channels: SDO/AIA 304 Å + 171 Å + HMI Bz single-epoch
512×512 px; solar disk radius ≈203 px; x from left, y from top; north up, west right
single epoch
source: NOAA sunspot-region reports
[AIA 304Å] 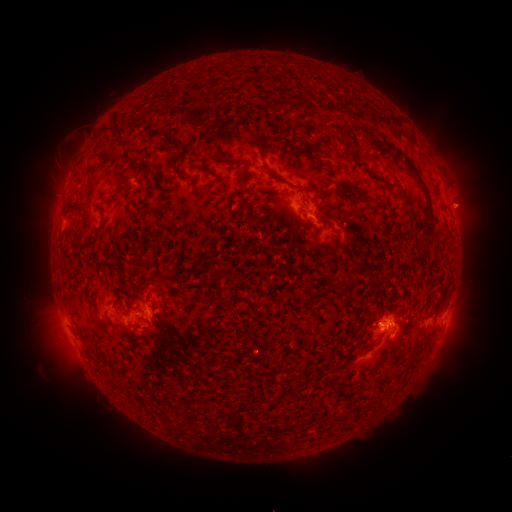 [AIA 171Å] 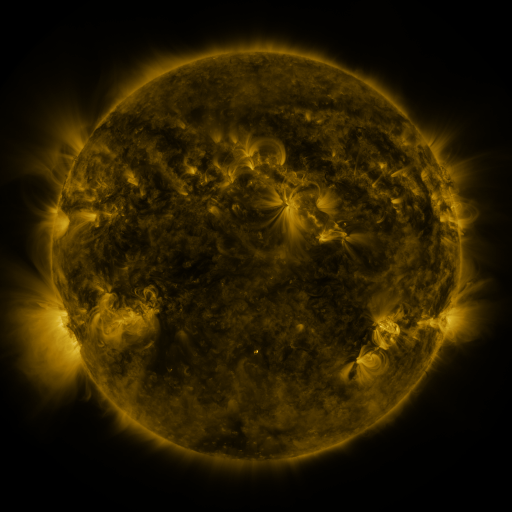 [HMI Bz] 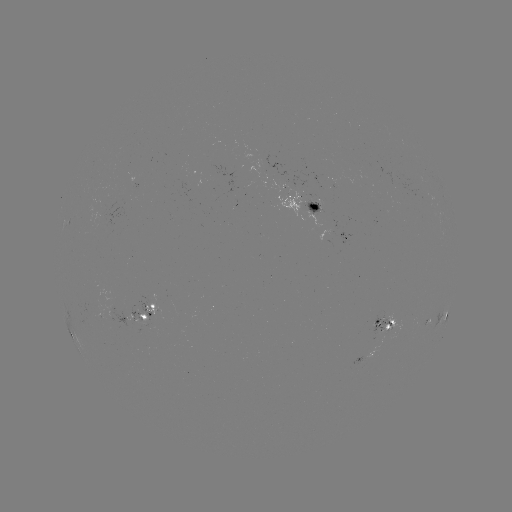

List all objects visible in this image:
spotted active region: (304, 202)
spotted active region: (345, 234)
spotted active region: (138, 309)
spotted active region: (446, 317)
spotted active region: (408, 324)
spotted active region: (382, 326)
spotted active region: (366, 364)
